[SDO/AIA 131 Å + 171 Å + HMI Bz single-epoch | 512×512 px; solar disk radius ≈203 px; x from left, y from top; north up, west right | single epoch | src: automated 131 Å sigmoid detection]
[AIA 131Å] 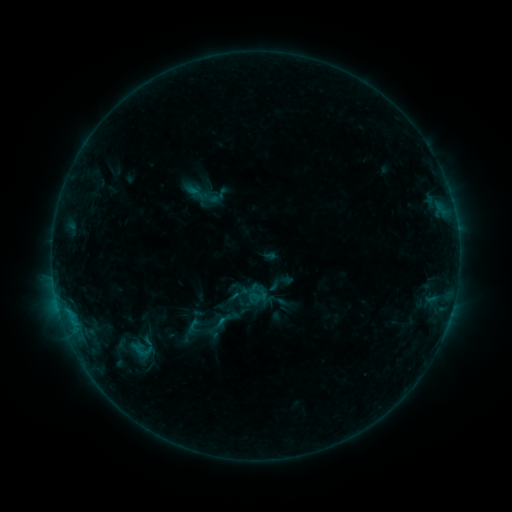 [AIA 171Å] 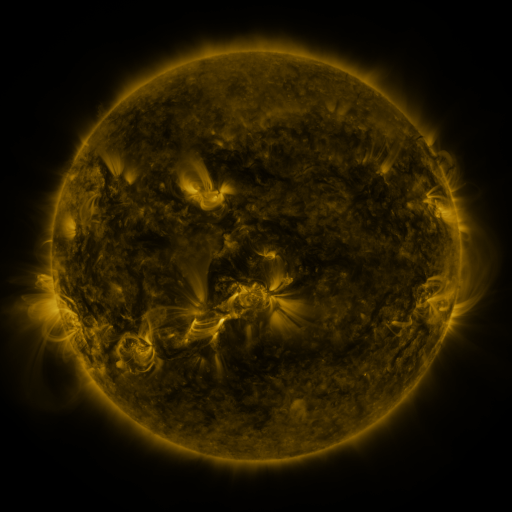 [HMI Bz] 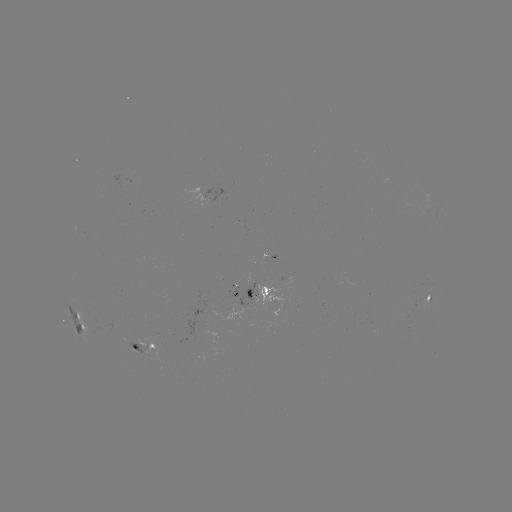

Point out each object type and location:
sigmoid: (225, 321)
sigmoid: (194, 325)
sigmoid: (139, 352)
